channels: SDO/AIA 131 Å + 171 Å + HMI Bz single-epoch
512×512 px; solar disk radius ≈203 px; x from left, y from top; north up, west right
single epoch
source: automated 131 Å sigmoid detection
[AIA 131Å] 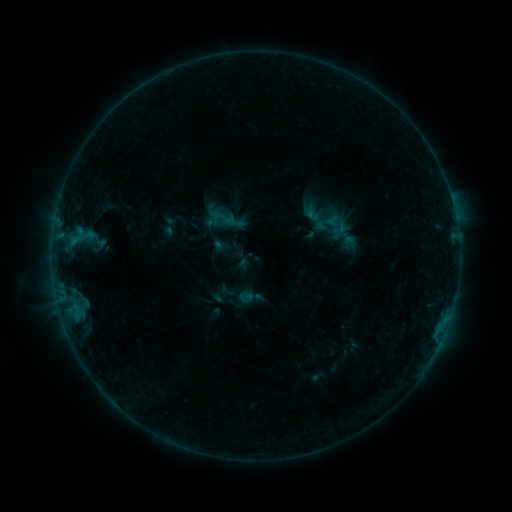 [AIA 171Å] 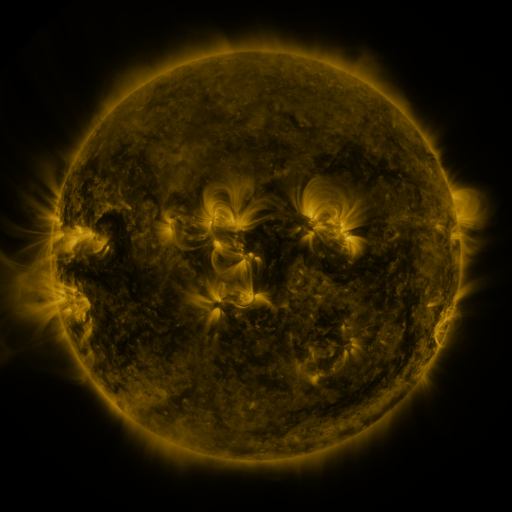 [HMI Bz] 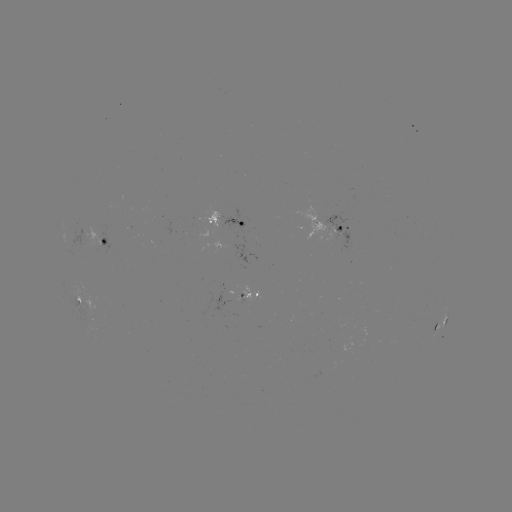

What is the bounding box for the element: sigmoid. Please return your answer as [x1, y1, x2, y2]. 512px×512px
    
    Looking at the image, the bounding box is [214, 209, 232, 228].